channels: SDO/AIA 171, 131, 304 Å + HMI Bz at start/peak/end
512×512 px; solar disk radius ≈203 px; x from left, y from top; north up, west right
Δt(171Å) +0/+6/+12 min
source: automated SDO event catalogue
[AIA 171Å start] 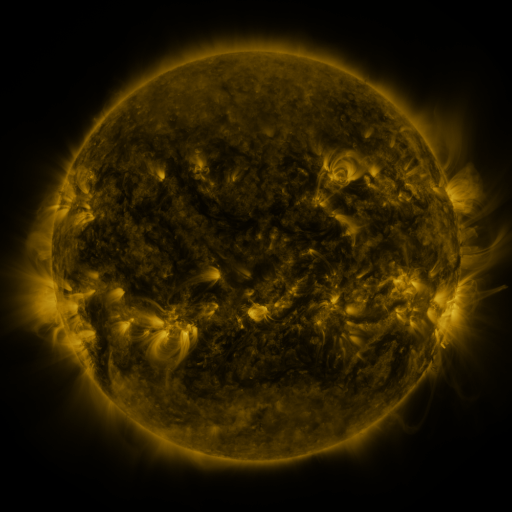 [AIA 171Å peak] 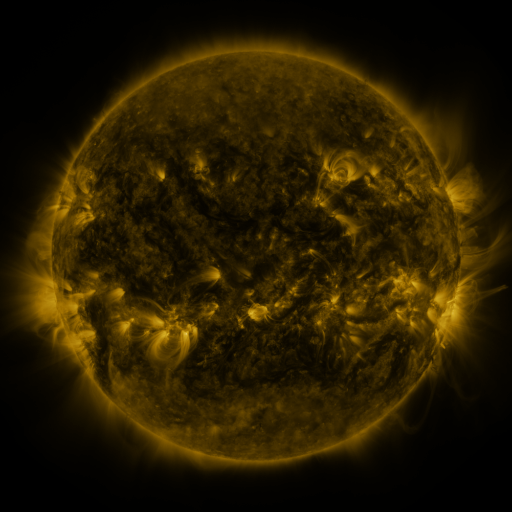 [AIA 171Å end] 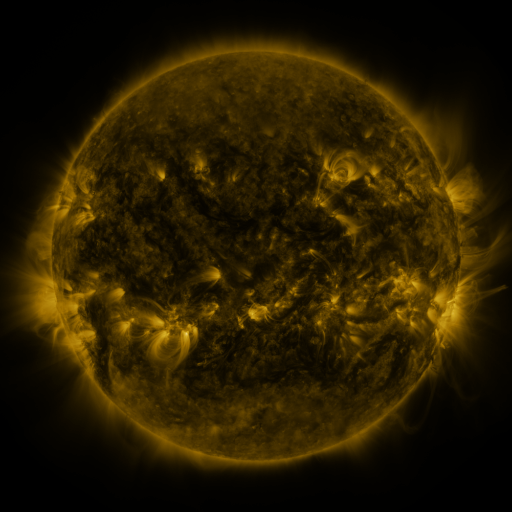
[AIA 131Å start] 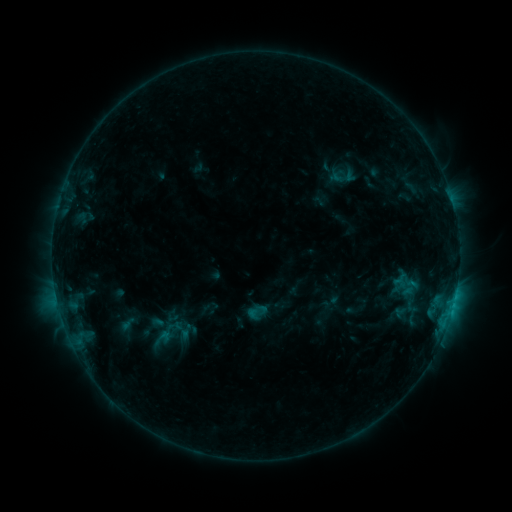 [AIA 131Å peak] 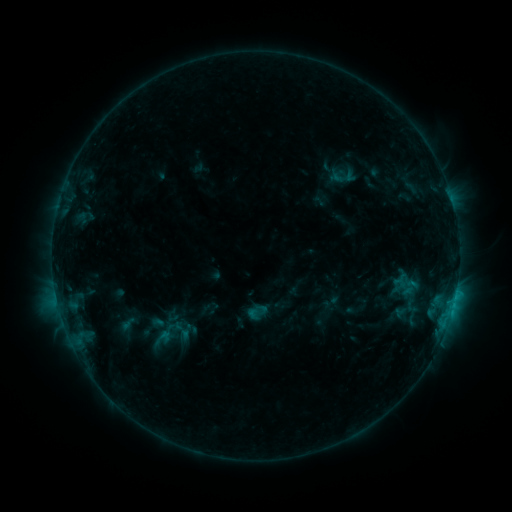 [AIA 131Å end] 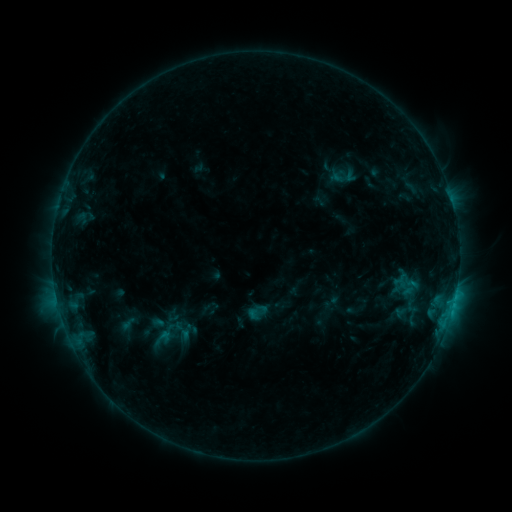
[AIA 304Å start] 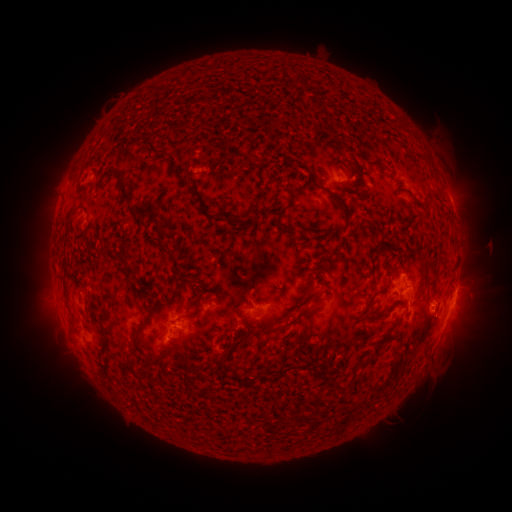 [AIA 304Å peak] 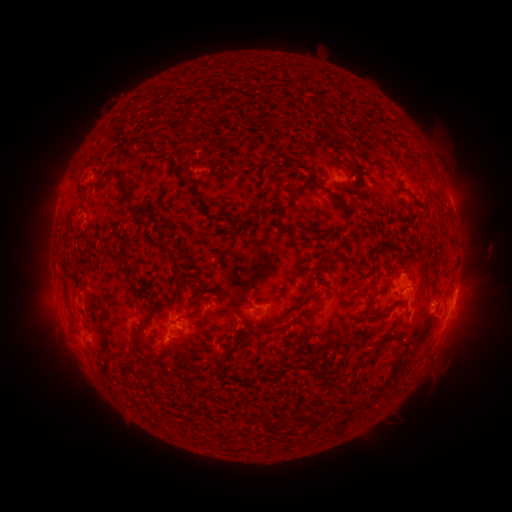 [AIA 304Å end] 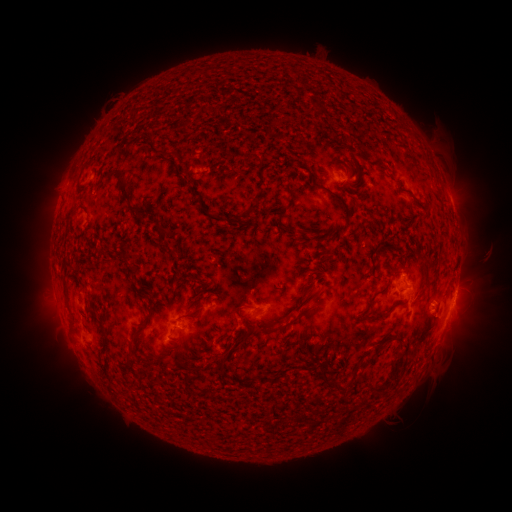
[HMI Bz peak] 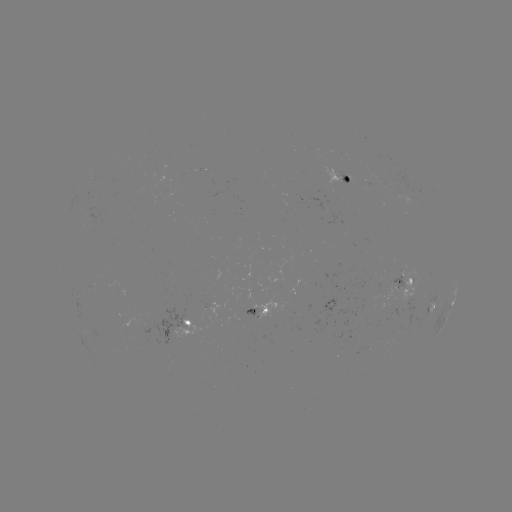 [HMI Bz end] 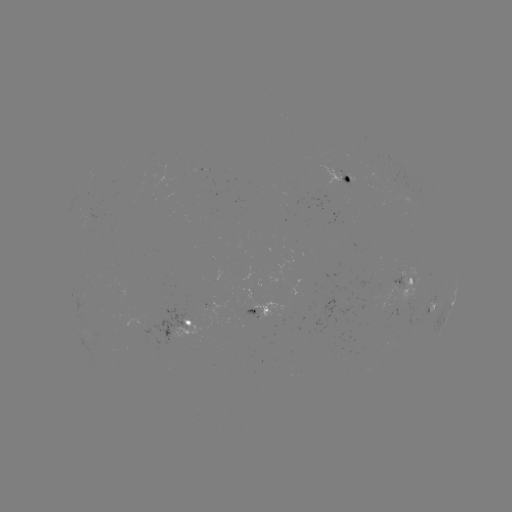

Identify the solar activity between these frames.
nothing was catalogued: no classed flare, no EUV trigger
